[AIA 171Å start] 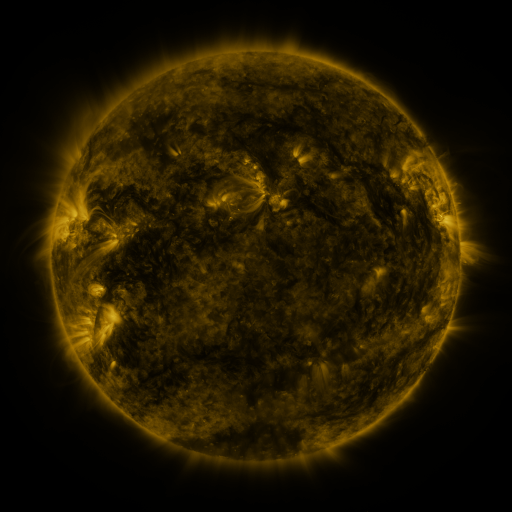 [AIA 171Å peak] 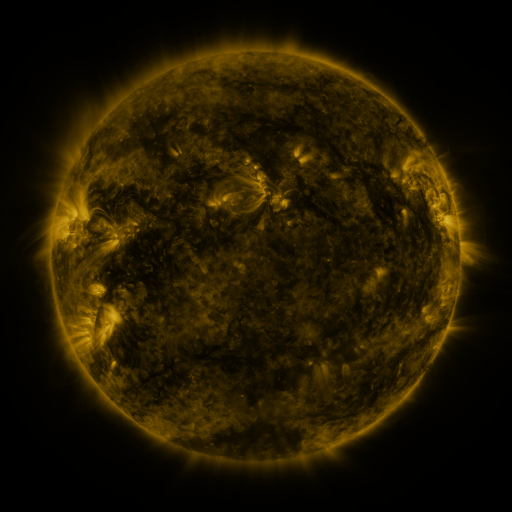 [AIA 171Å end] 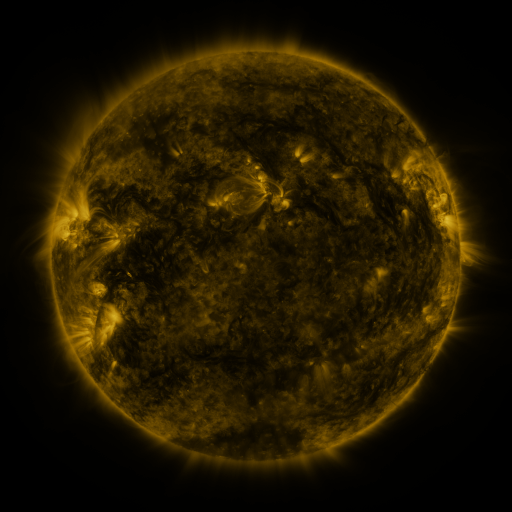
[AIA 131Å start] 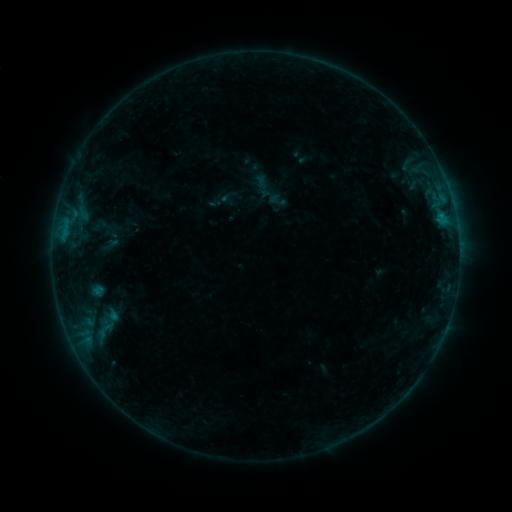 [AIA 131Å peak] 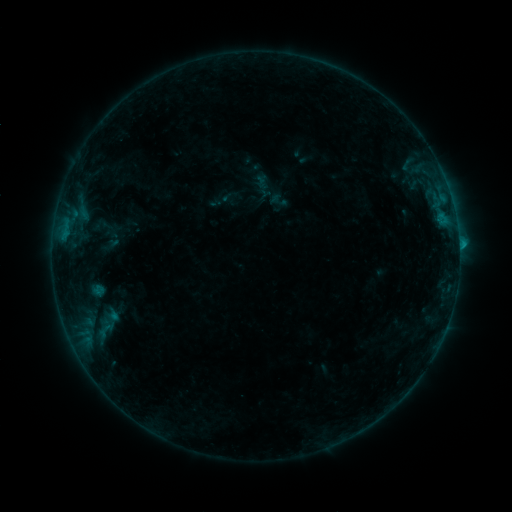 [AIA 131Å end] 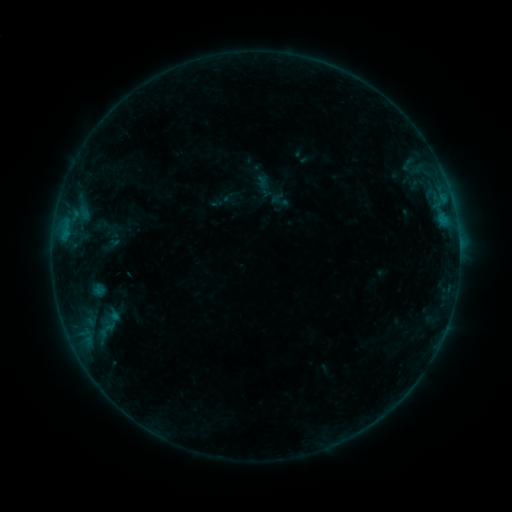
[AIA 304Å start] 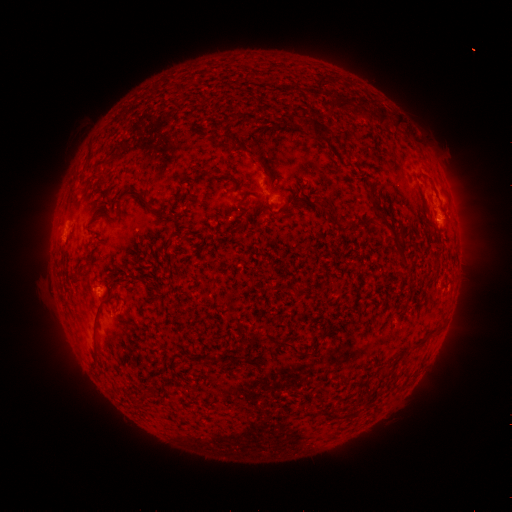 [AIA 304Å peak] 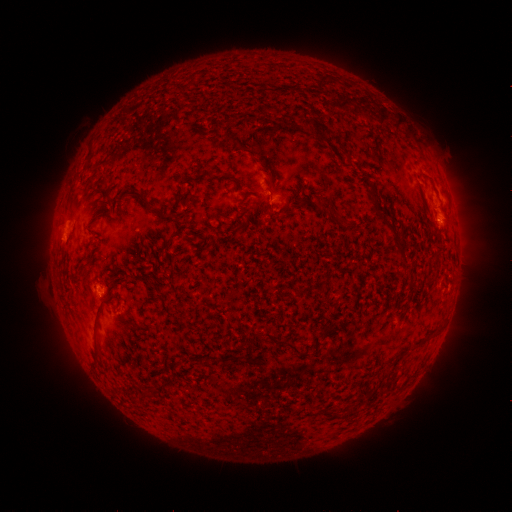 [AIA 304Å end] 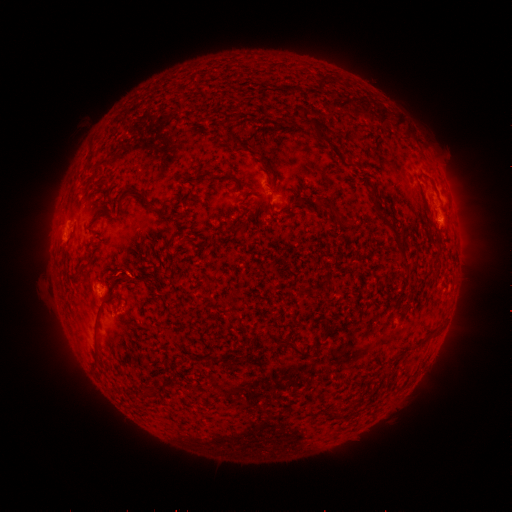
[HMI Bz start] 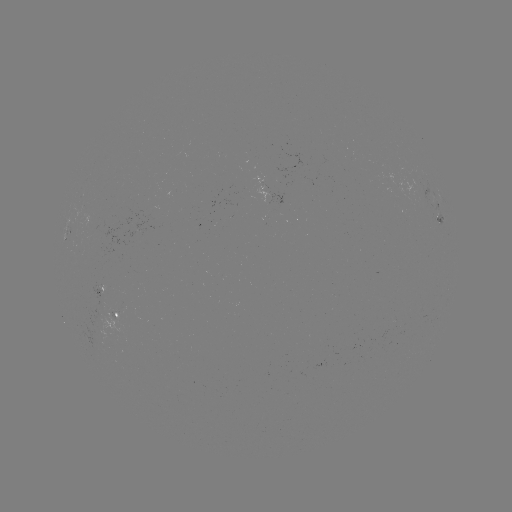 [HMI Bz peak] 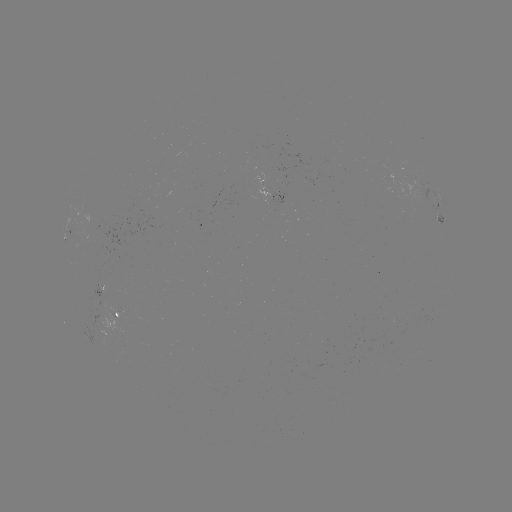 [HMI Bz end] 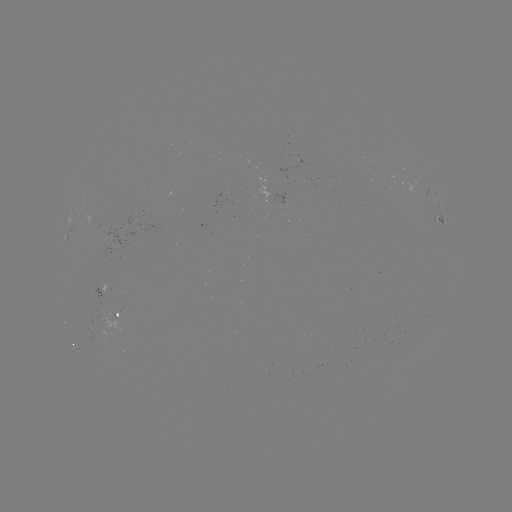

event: flare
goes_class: B5.5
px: (102, 294)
